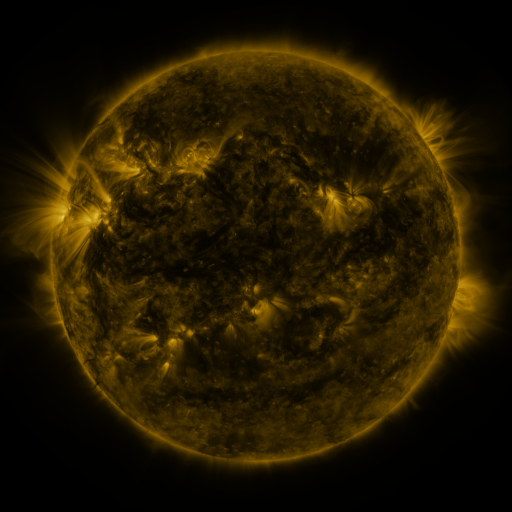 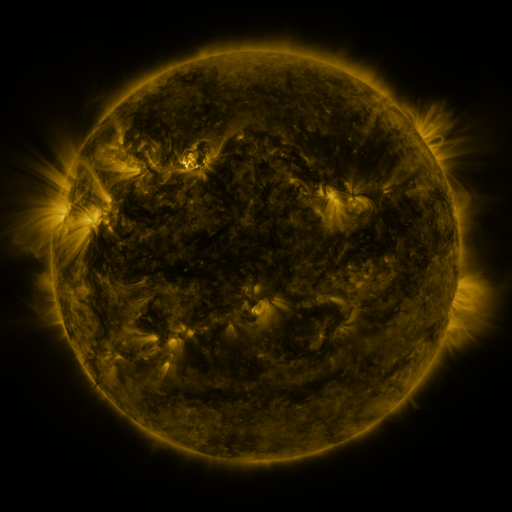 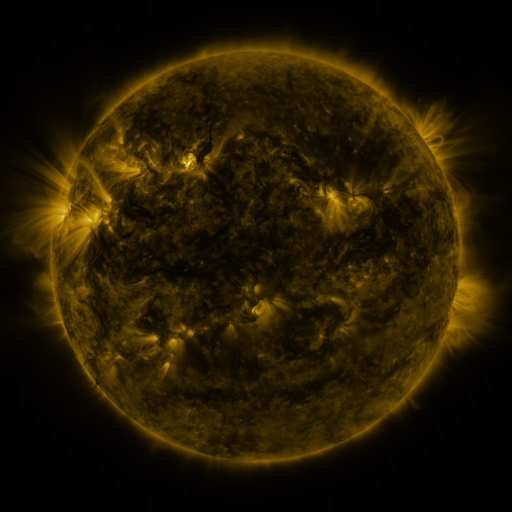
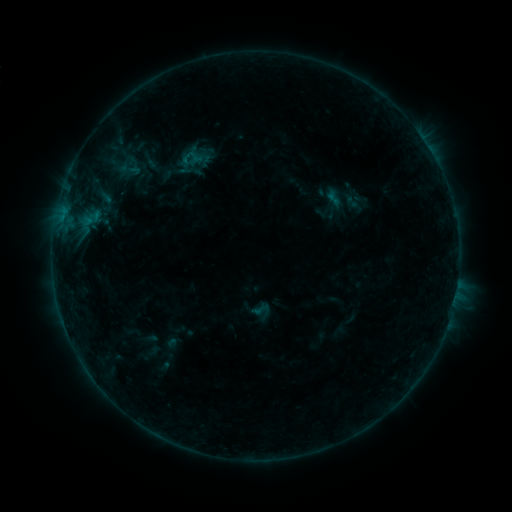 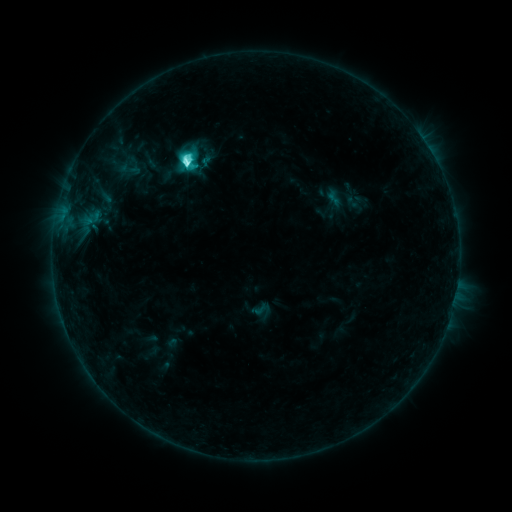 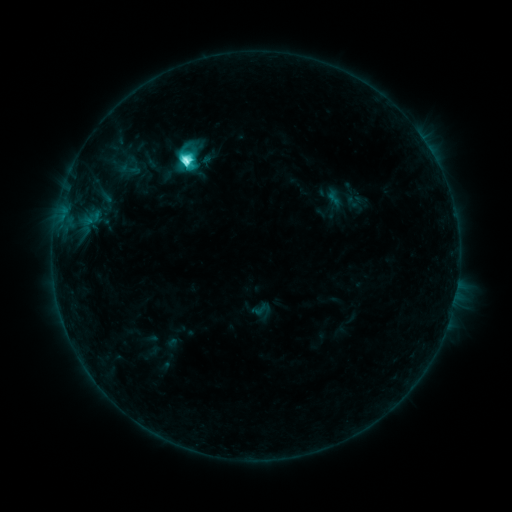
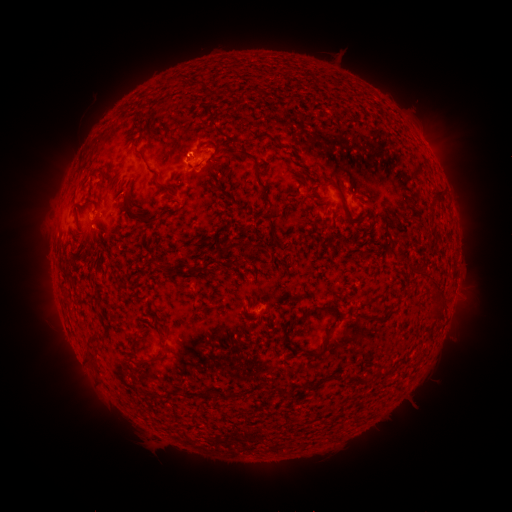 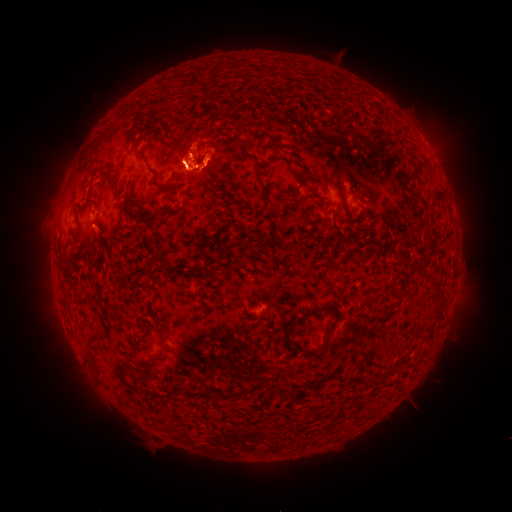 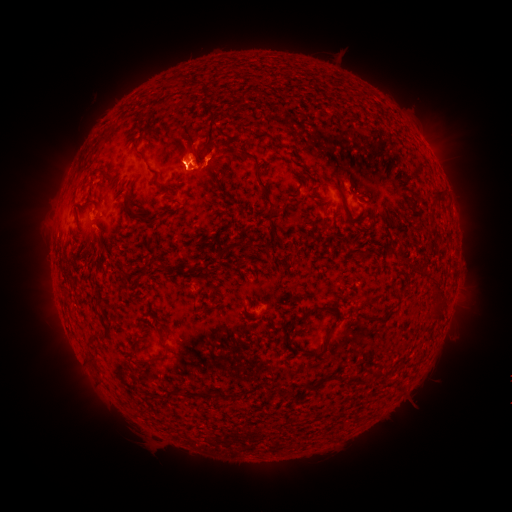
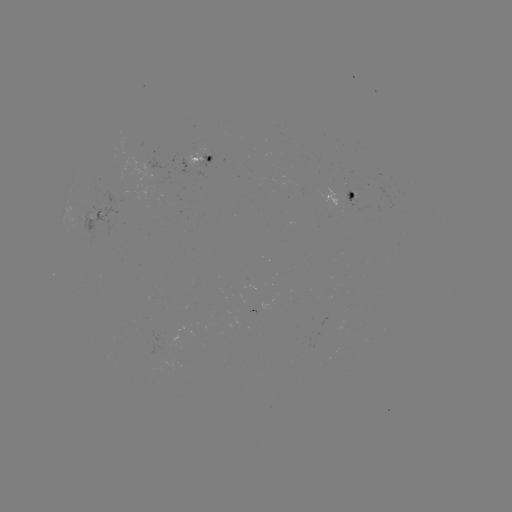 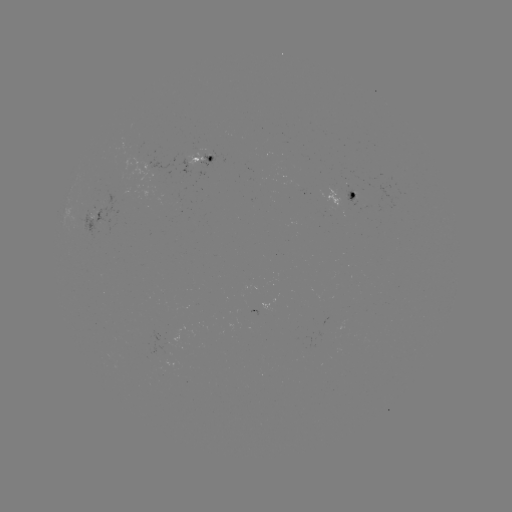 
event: flare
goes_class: C8.7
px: (187, 163)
